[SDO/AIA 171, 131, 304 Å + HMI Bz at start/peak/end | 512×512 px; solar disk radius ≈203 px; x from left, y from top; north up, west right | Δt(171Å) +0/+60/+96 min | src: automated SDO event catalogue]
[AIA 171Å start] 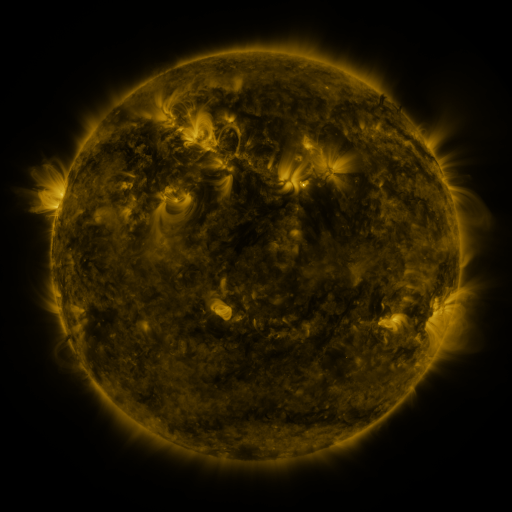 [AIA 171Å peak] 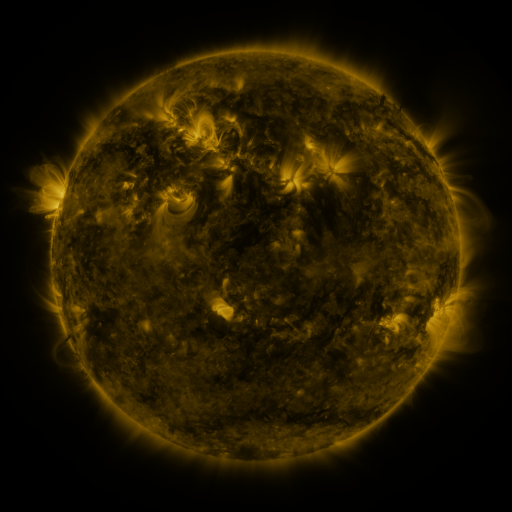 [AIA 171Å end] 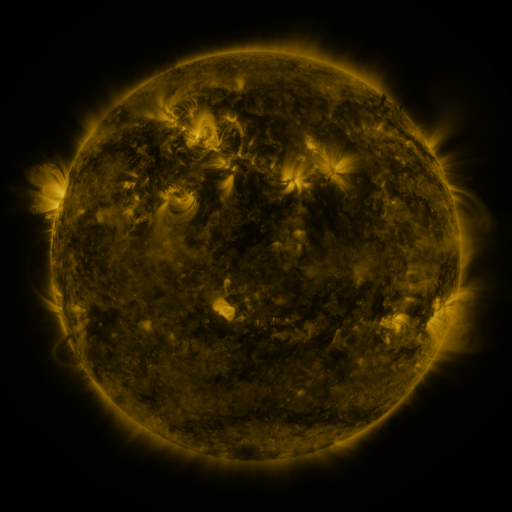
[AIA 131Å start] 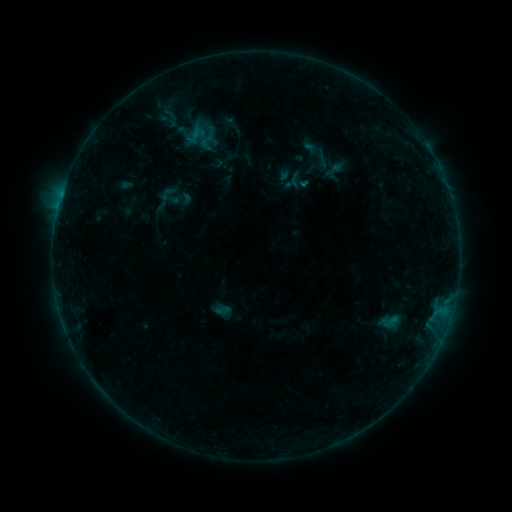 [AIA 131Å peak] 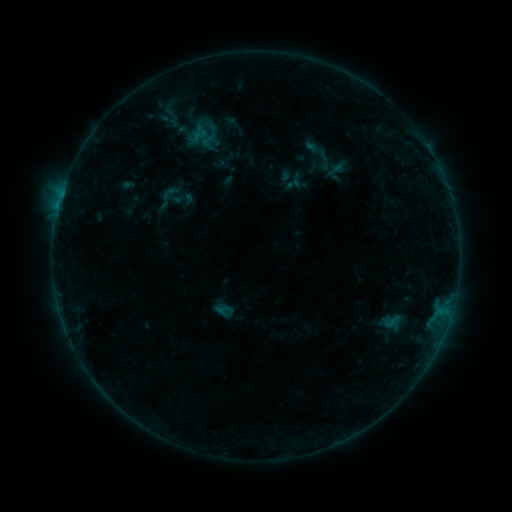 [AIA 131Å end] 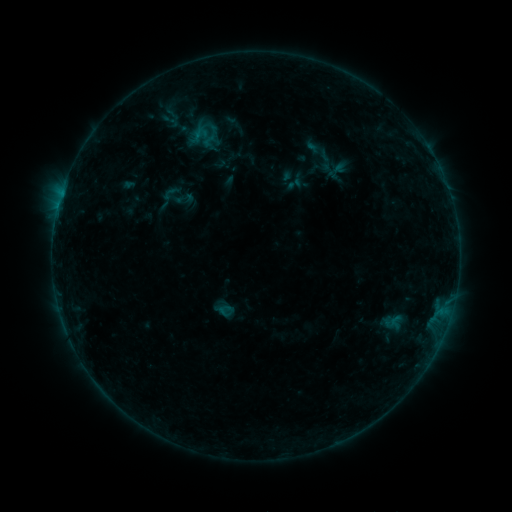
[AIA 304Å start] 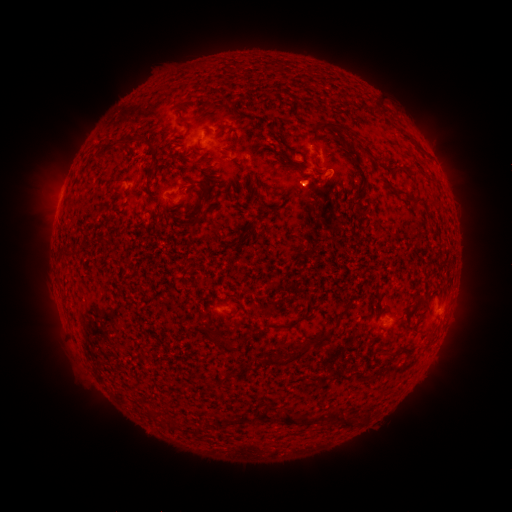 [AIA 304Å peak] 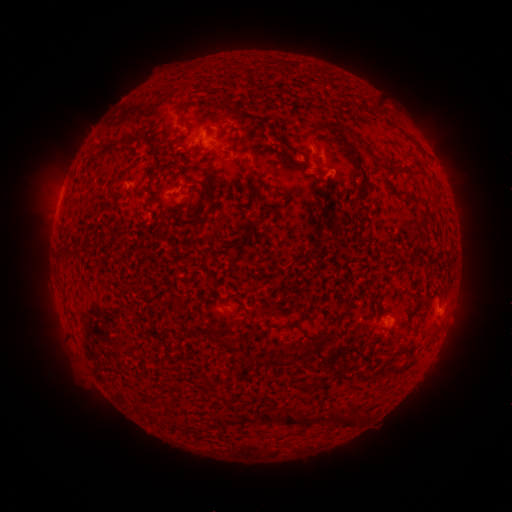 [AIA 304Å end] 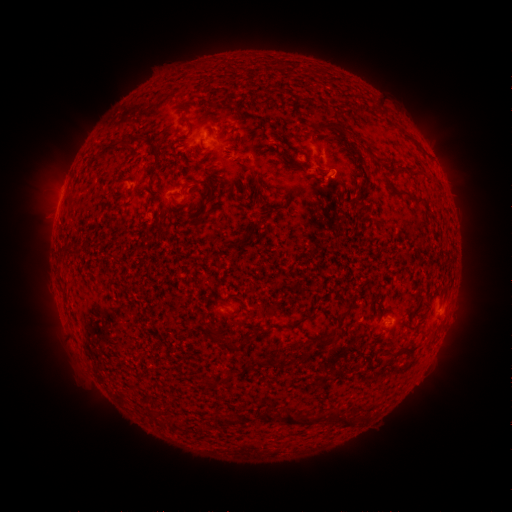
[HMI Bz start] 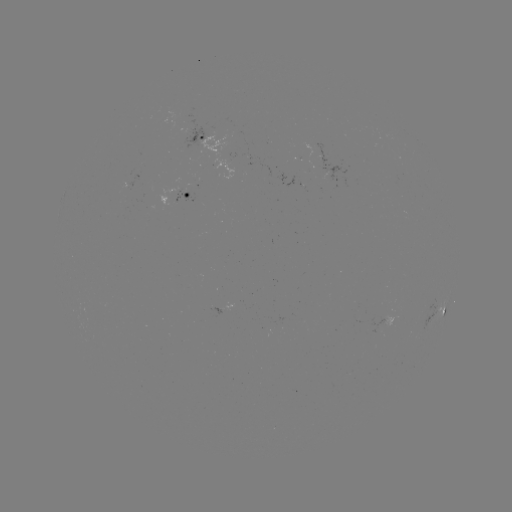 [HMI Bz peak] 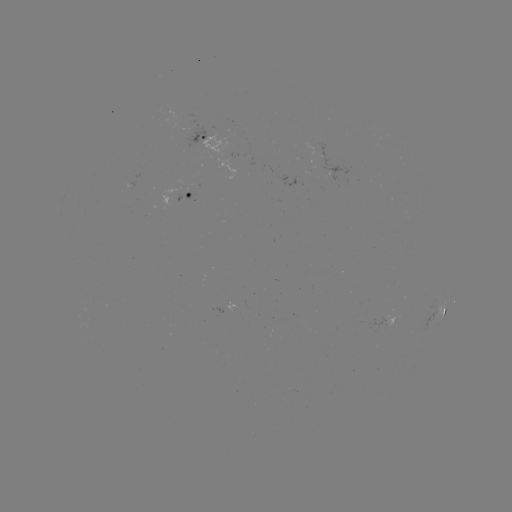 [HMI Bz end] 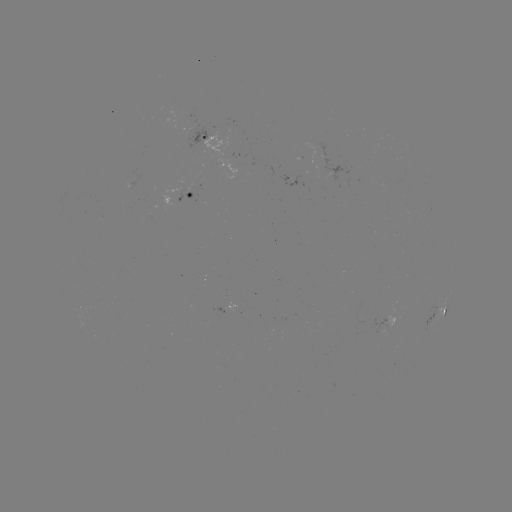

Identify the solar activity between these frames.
emerging-flux region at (206, 134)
